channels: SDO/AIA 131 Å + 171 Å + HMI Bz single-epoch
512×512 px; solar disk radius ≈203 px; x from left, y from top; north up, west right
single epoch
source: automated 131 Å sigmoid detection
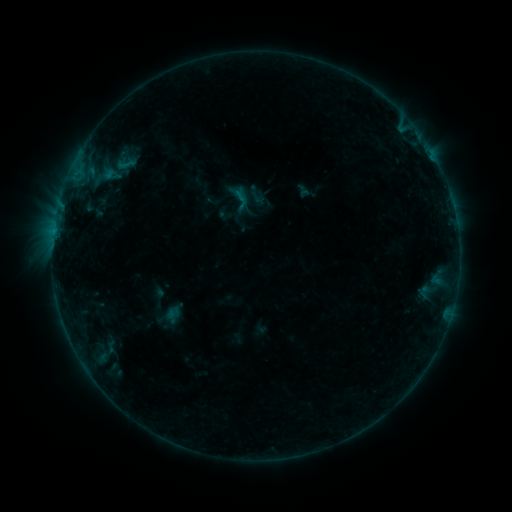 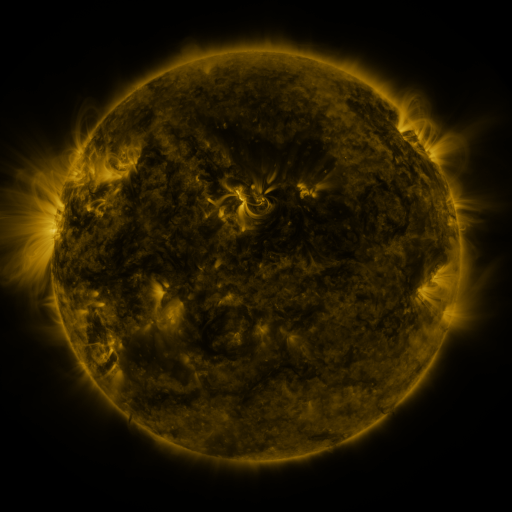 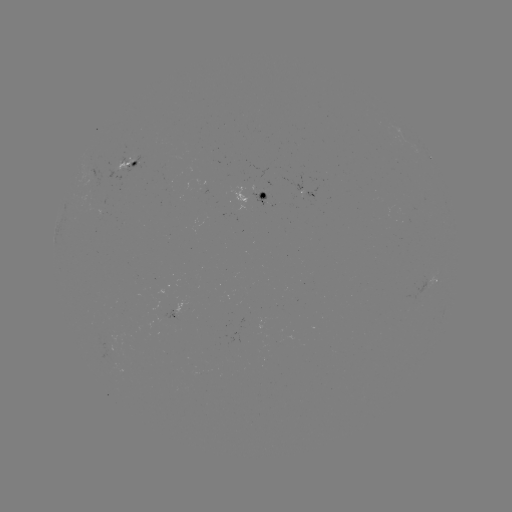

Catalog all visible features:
sigmoid: (126, 164)
